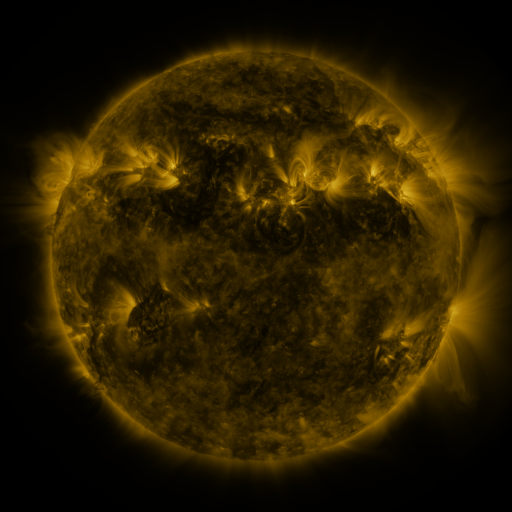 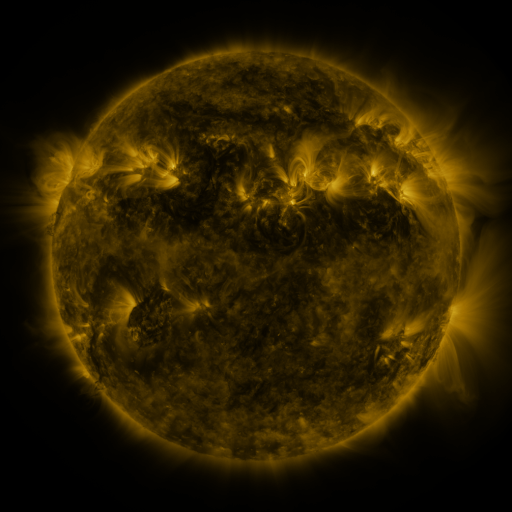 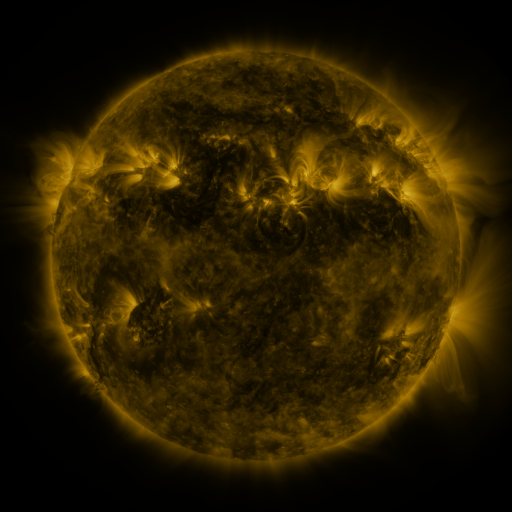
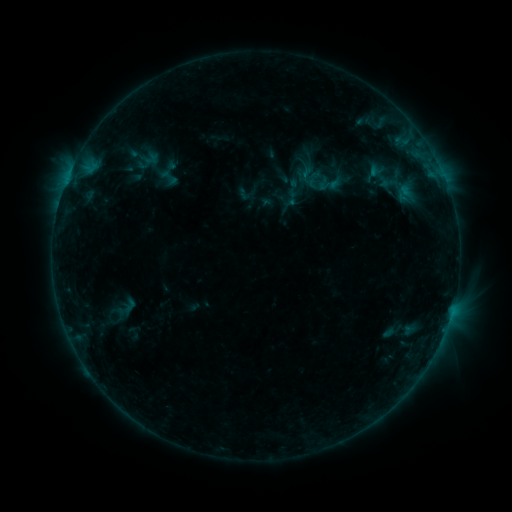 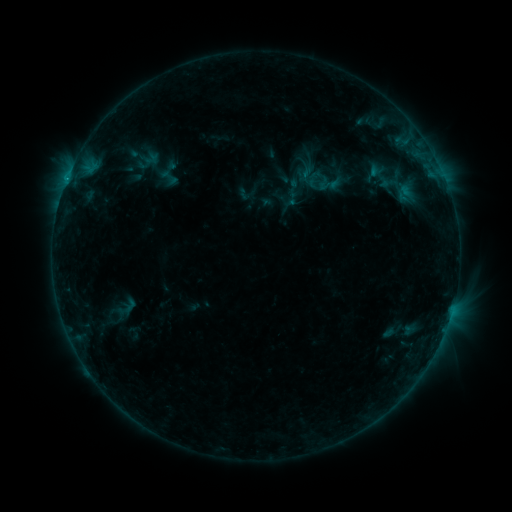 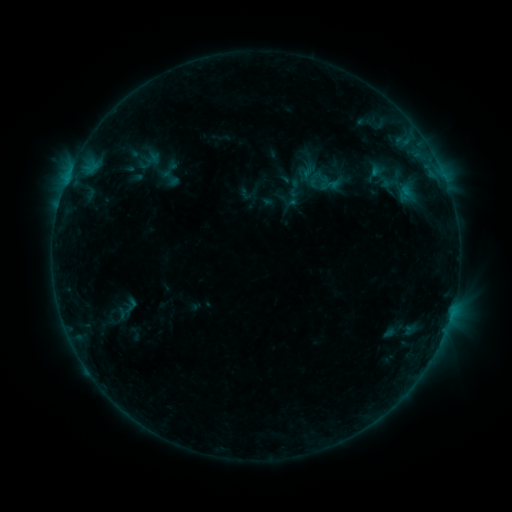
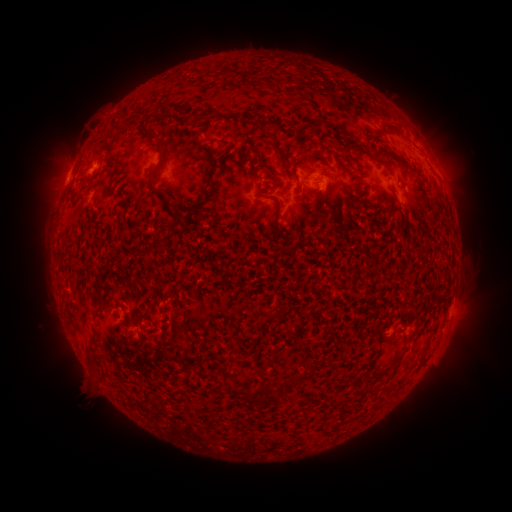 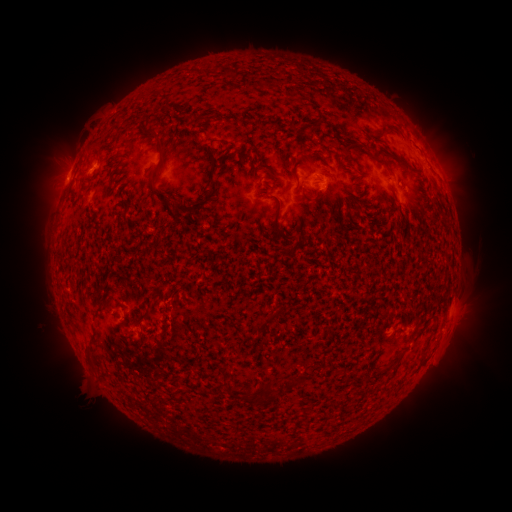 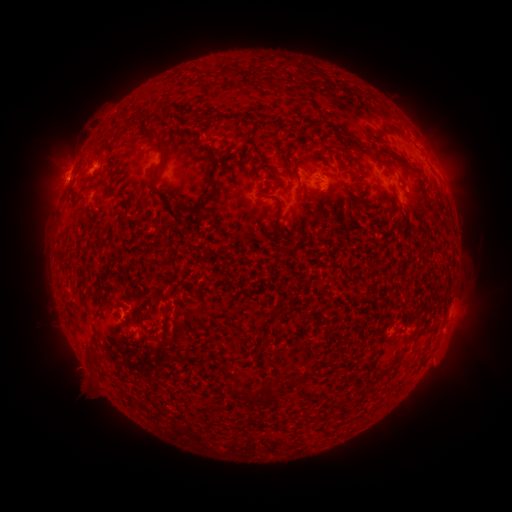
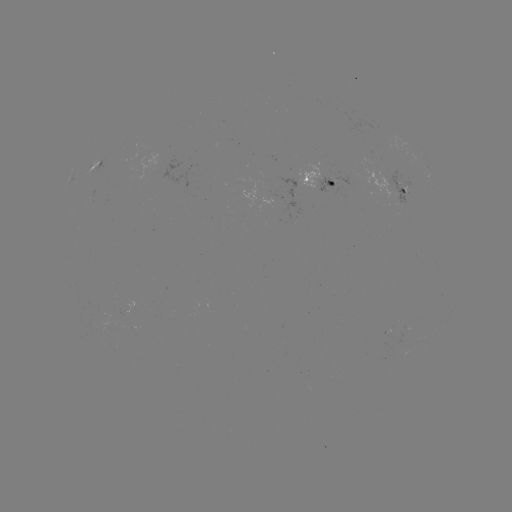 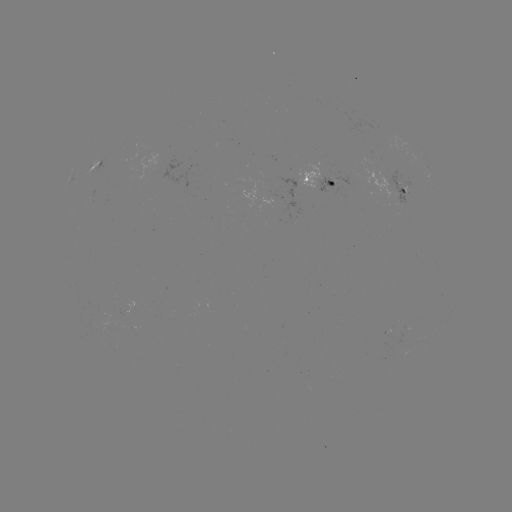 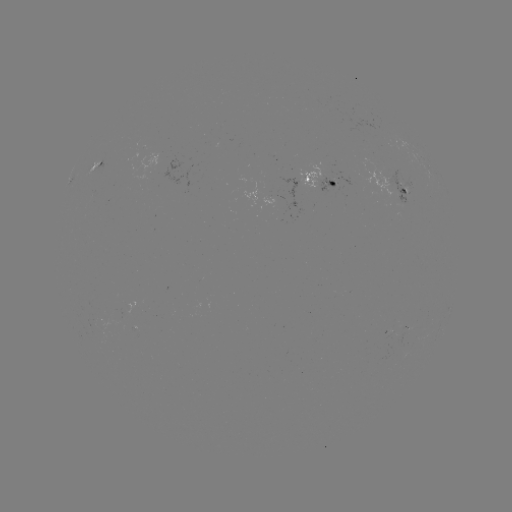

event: emerging-flux region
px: (397, 190)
